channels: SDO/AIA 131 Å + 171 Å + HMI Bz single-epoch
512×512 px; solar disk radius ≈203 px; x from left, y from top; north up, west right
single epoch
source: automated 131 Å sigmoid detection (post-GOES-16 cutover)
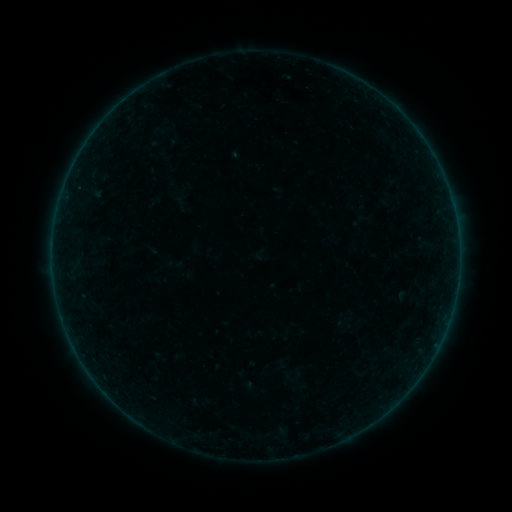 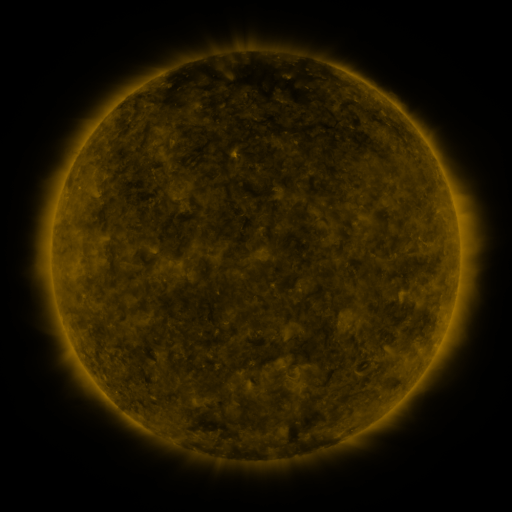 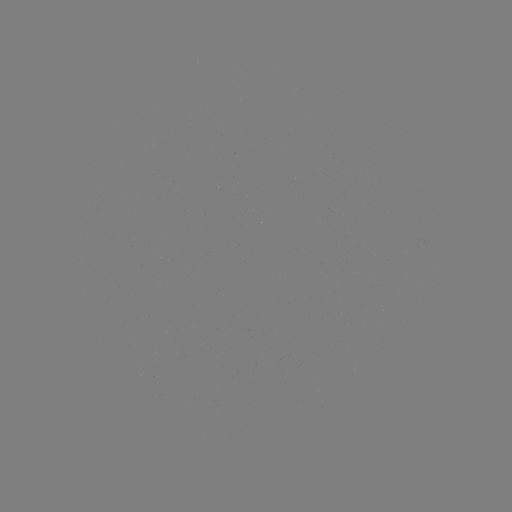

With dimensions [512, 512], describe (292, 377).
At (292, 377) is sigmoid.